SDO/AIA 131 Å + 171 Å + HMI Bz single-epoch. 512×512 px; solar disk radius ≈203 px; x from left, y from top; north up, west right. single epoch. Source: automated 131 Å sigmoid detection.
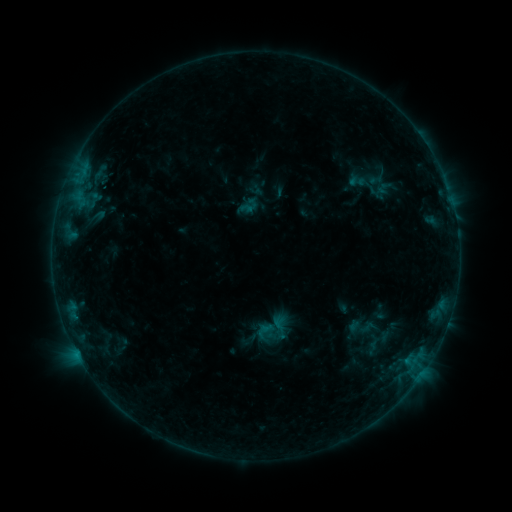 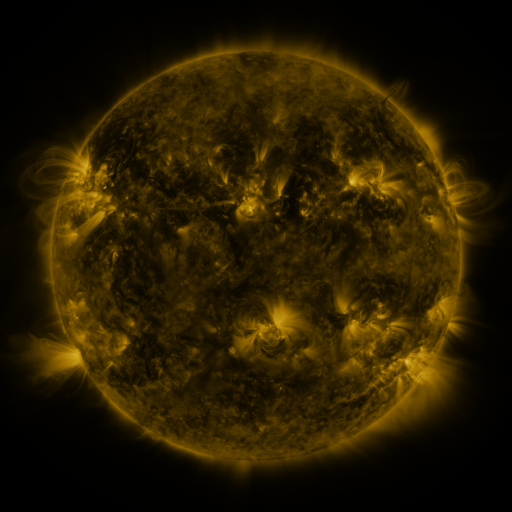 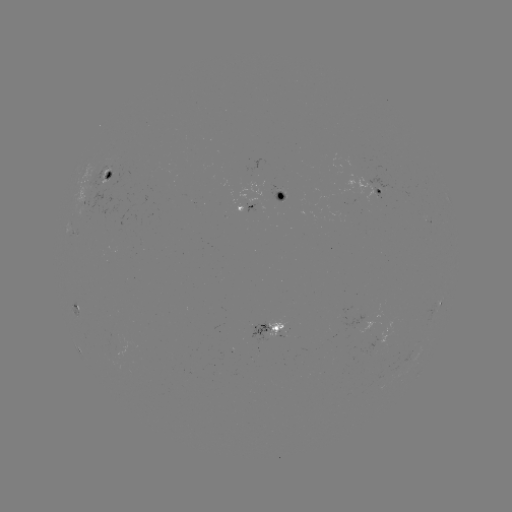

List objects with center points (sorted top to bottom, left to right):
sigmoid: (356, 181)
sigmoid: (249, 206)
